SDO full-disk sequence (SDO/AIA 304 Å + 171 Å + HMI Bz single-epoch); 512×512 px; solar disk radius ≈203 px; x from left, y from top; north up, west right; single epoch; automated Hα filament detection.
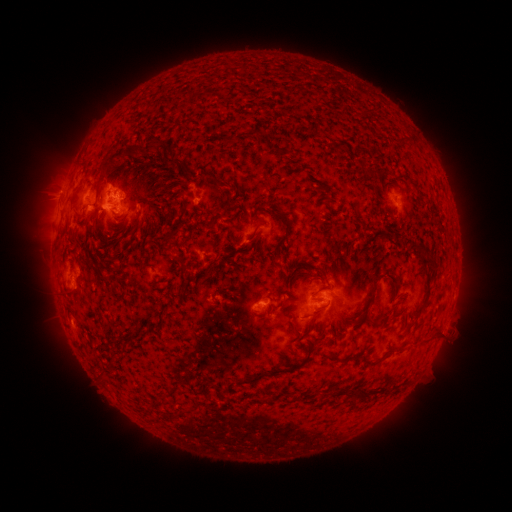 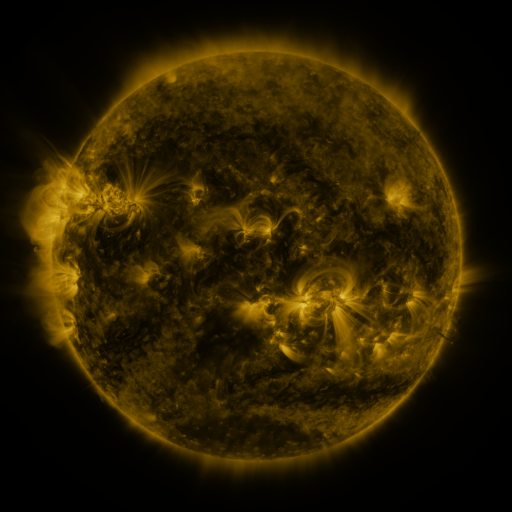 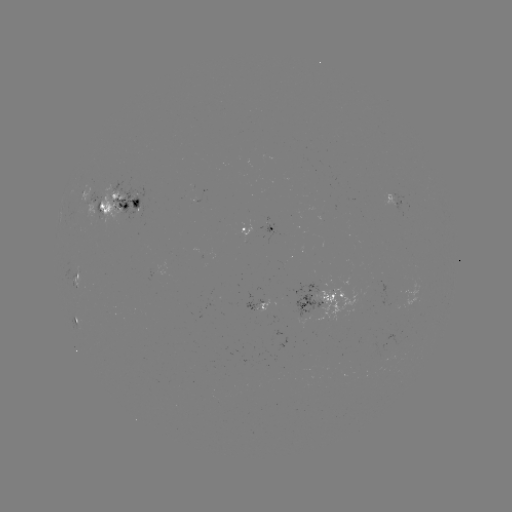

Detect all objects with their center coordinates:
filament: (257, 134)
filament: (155, 143)
filament: (121, 153)
filament: (105, 169)
filament: (98, 192)
filament: (136, 202)
filament: (97, 218)
filament: (181, 220)
filament: (284, 225)
filament: (258, 227)
filament: (167, 241)
filament: (415, 248)
filament: (225, 252)
filament: (429, 263)
filament: (208, 272)
filament: (373, 291)
filament: (315, 313)
filament: (293, 328)
filament: (425, 342)
filament: (370, 365)
filament: (273, 372)
